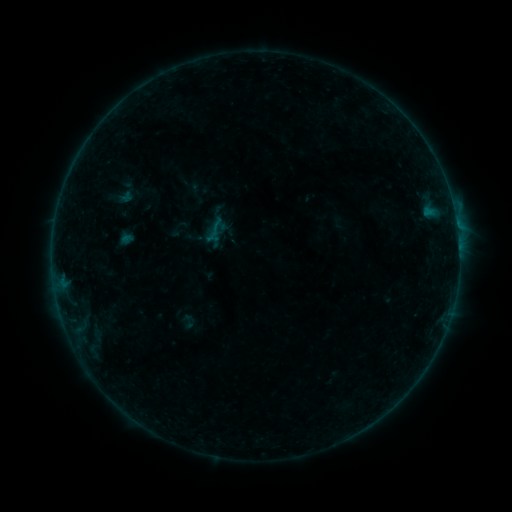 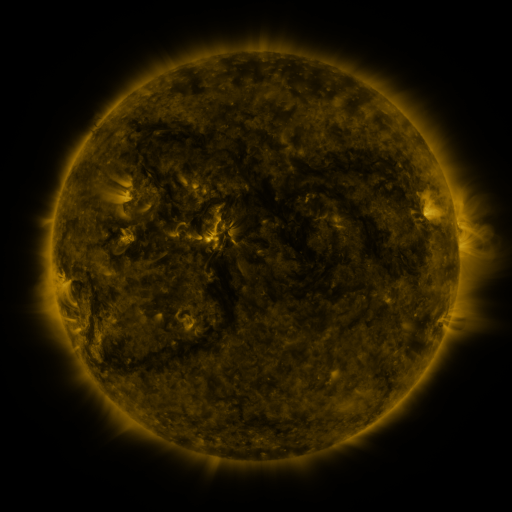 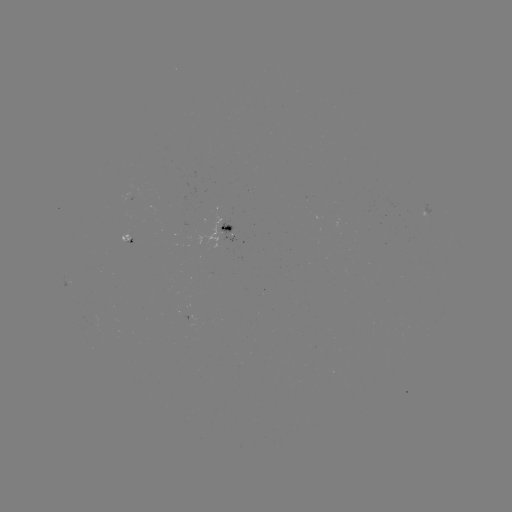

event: sigmoid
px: (189, 321)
